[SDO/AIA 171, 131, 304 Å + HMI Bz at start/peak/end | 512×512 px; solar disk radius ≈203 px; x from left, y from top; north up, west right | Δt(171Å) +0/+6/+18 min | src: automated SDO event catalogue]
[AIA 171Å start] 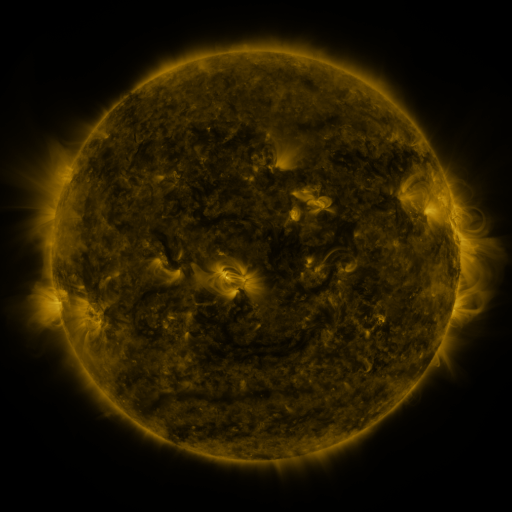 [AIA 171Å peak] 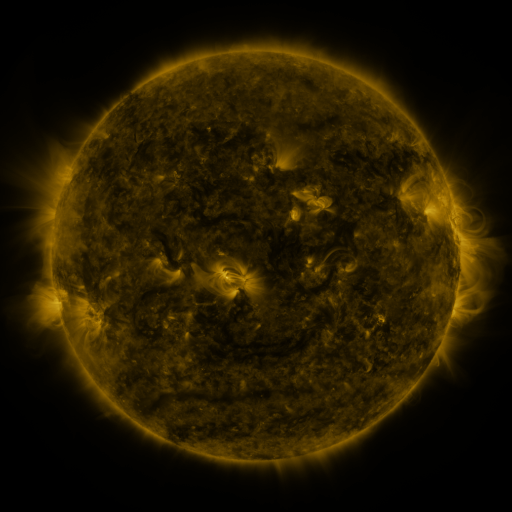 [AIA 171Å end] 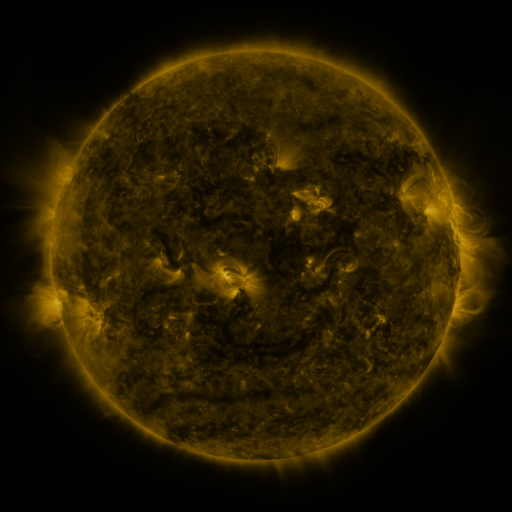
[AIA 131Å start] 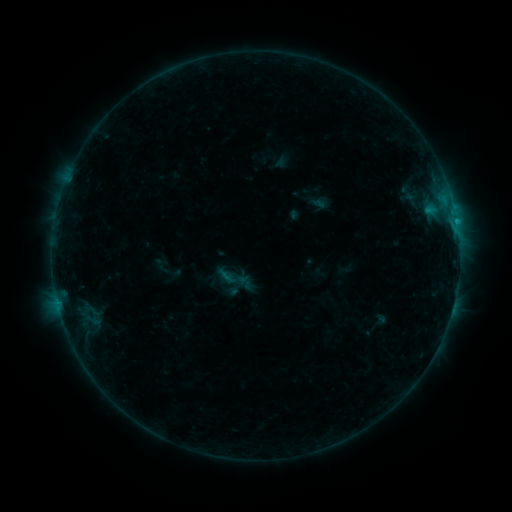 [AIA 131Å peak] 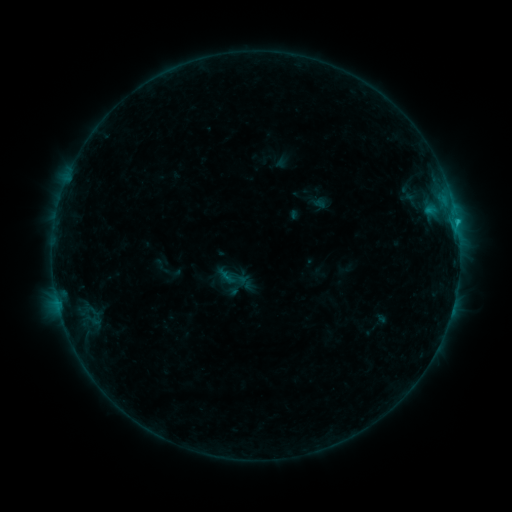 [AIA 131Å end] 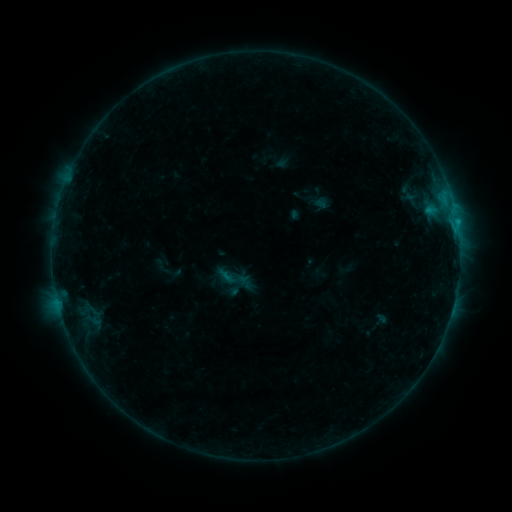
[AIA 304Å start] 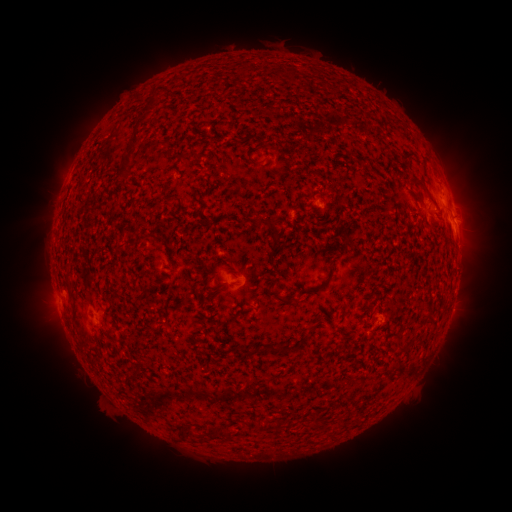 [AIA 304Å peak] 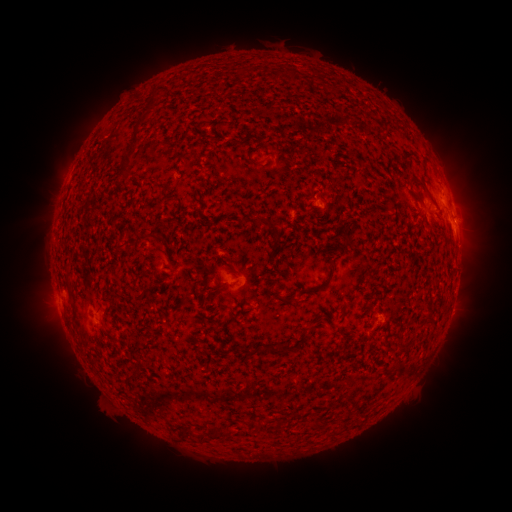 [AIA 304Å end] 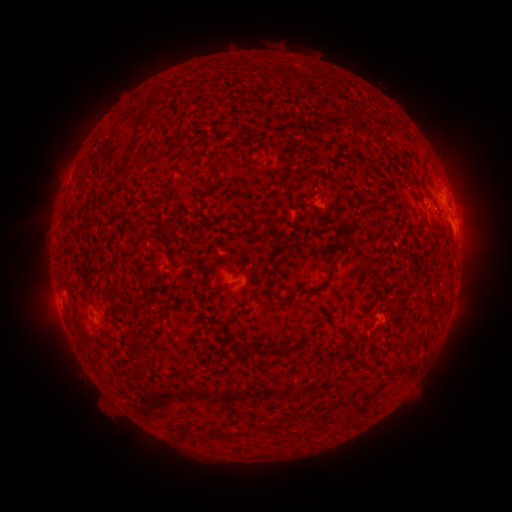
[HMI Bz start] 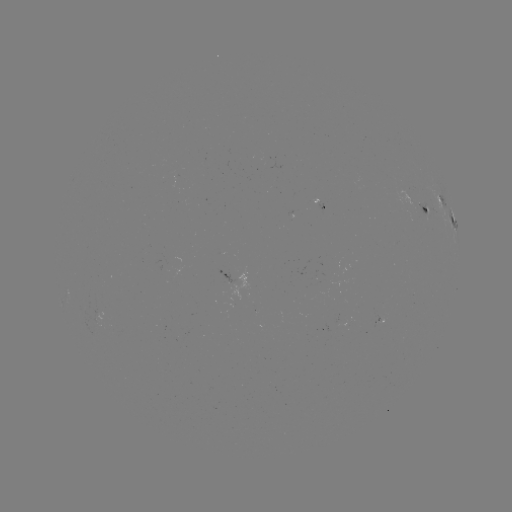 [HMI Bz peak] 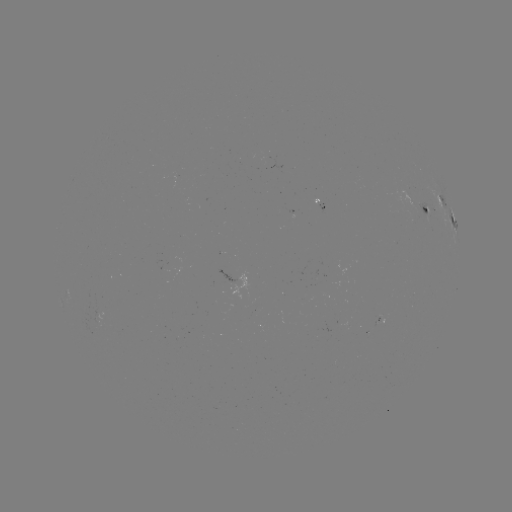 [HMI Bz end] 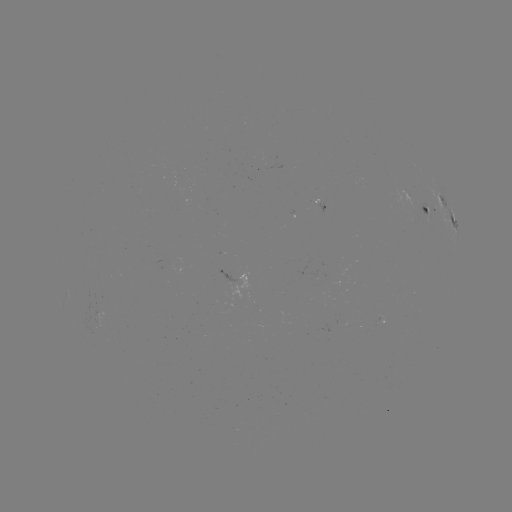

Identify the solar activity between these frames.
B6.4 flare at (456, 223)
